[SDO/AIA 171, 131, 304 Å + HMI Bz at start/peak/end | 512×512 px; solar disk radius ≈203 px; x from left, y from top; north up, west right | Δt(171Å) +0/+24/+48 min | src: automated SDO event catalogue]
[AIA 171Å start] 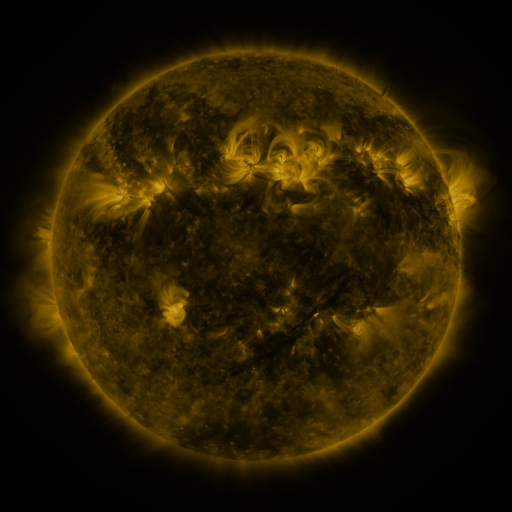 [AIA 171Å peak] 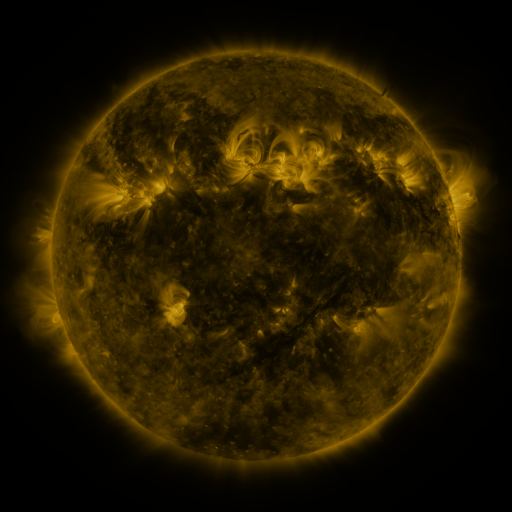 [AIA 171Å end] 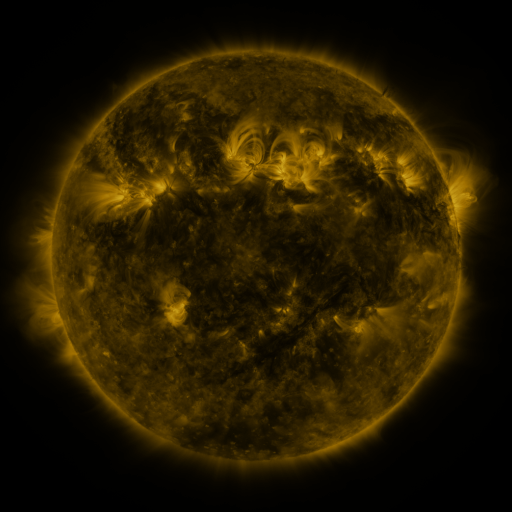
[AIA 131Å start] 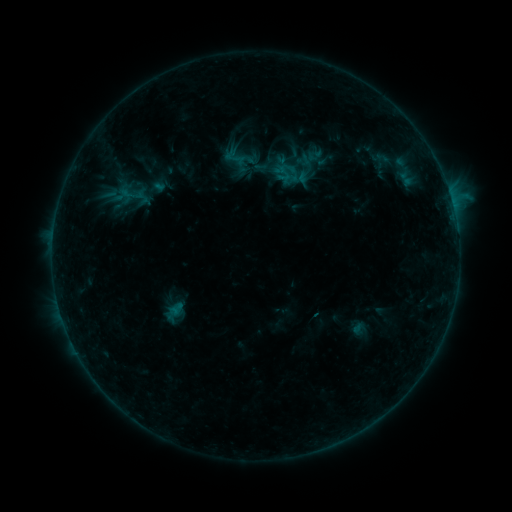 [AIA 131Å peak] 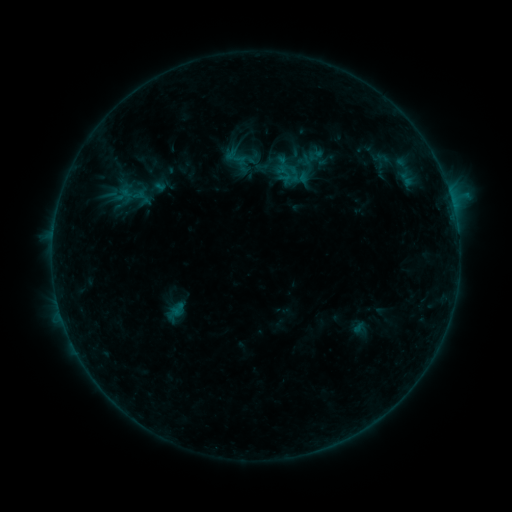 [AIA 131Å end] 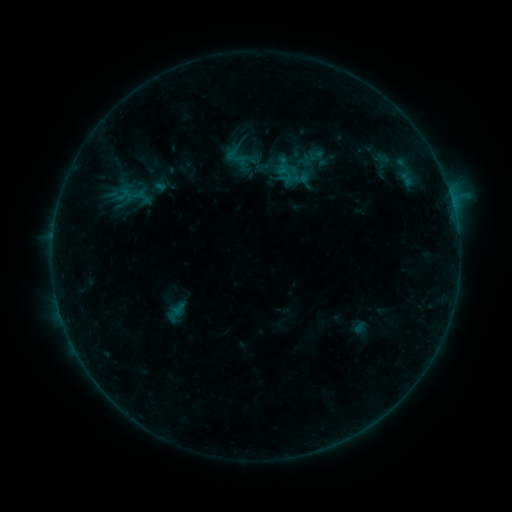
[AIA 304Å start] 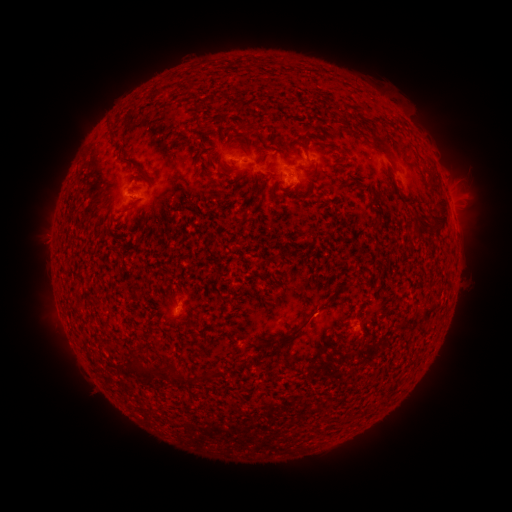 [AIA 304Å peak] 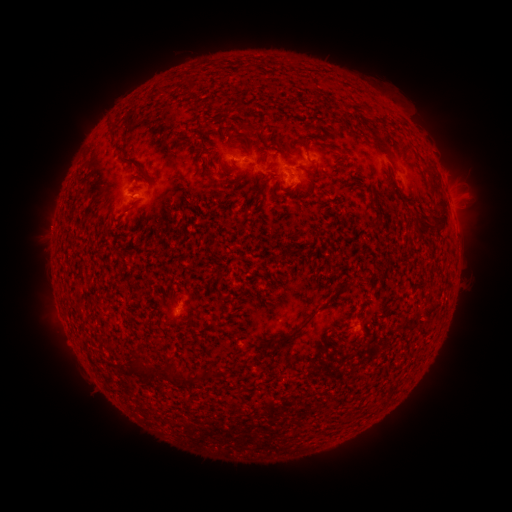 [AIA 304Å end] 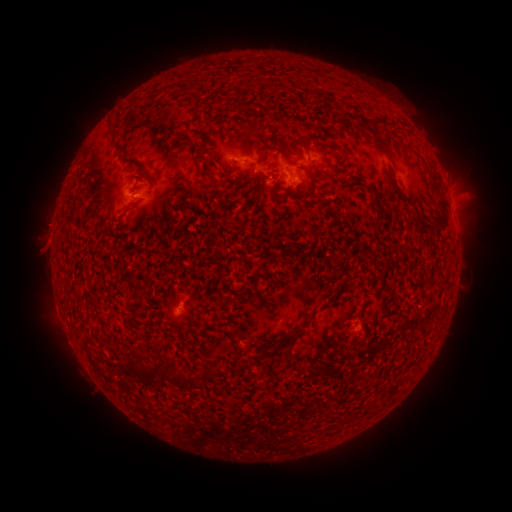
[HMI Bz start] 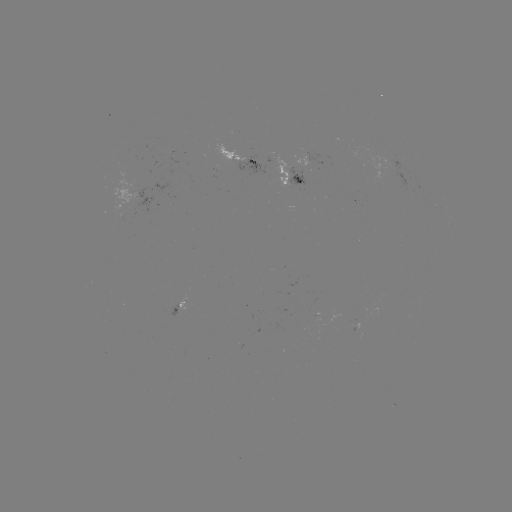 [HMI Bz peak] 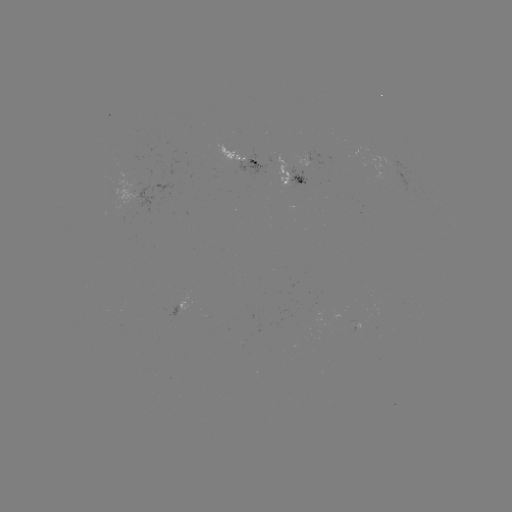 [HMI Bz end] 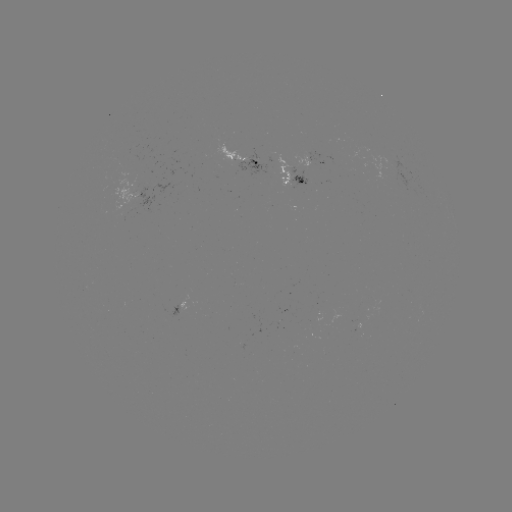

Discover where emerging-flux region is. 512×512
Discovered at [139, 196].